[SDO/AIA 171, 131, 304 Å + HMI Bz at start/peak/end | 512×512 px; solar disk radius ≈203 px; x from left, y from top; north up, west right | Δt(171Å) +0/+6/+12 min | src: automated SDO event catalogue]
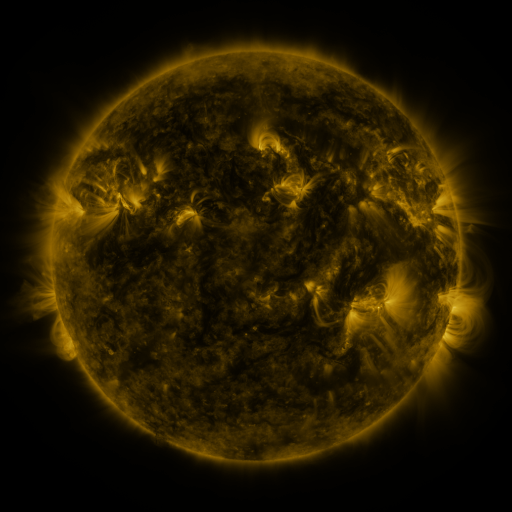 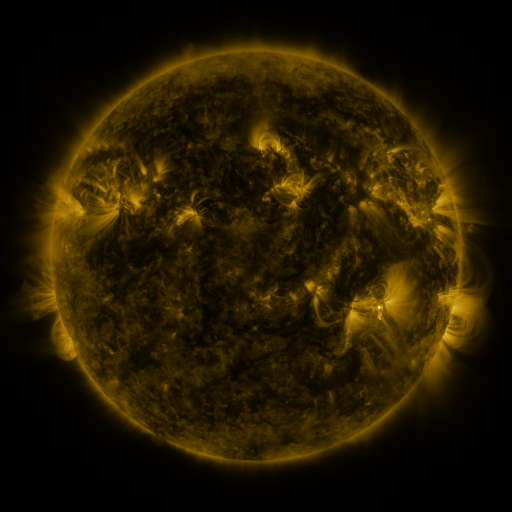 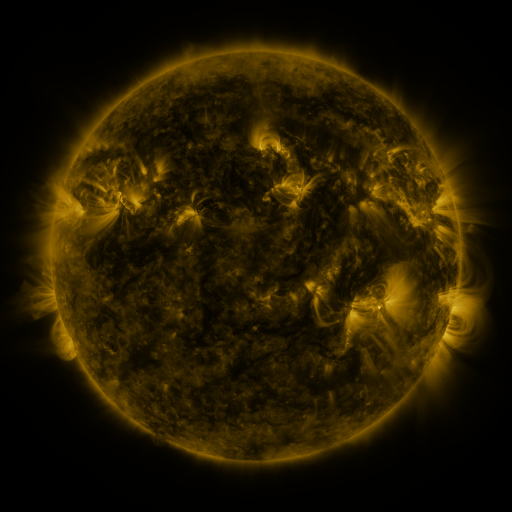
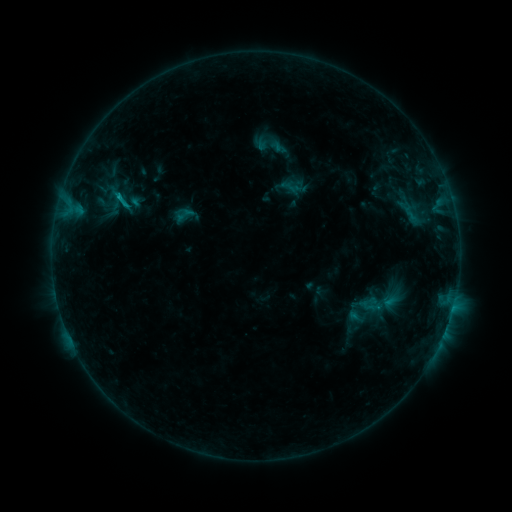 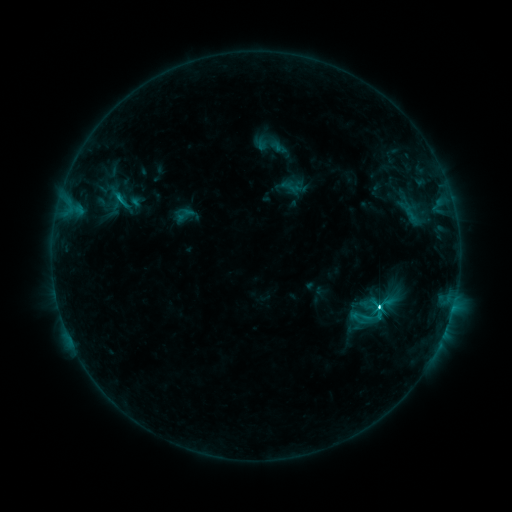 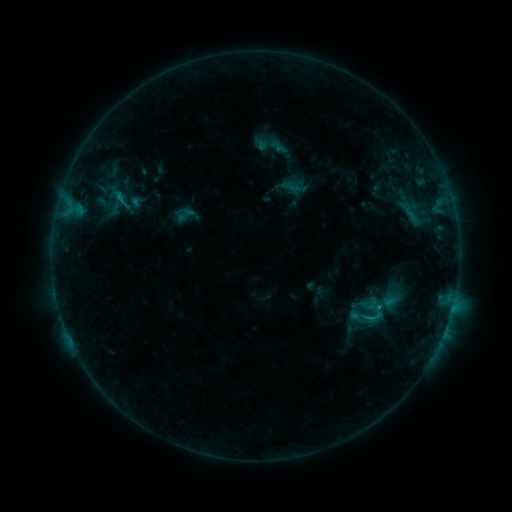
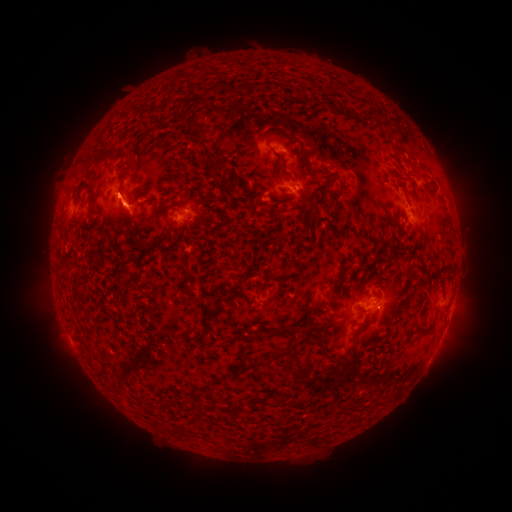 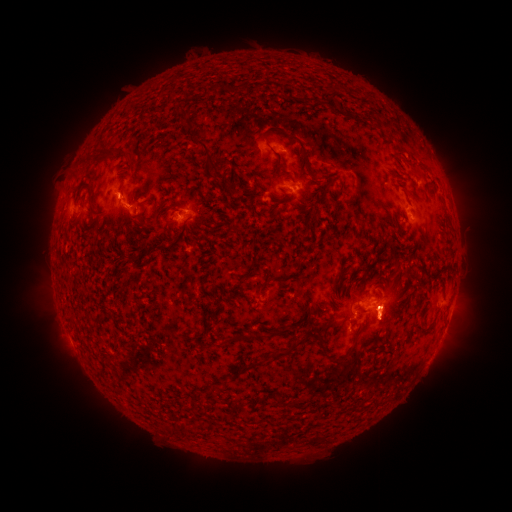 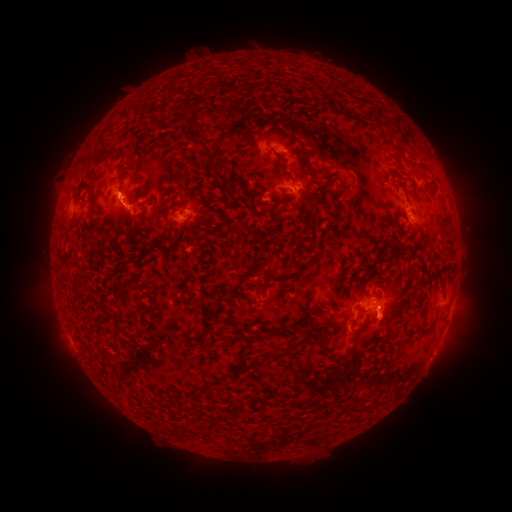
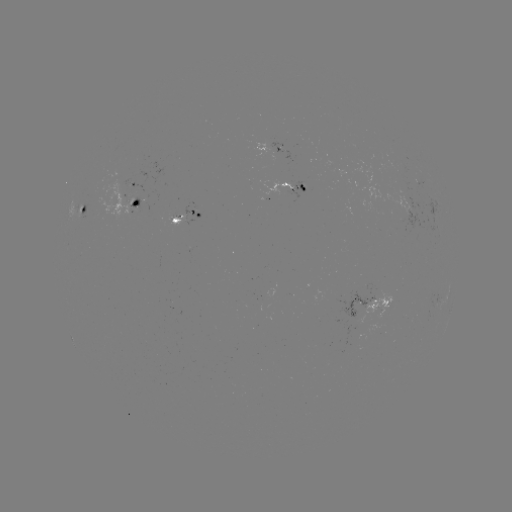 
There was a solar flare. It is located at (119, 199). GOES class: C3.6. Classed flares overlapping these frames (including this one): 1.